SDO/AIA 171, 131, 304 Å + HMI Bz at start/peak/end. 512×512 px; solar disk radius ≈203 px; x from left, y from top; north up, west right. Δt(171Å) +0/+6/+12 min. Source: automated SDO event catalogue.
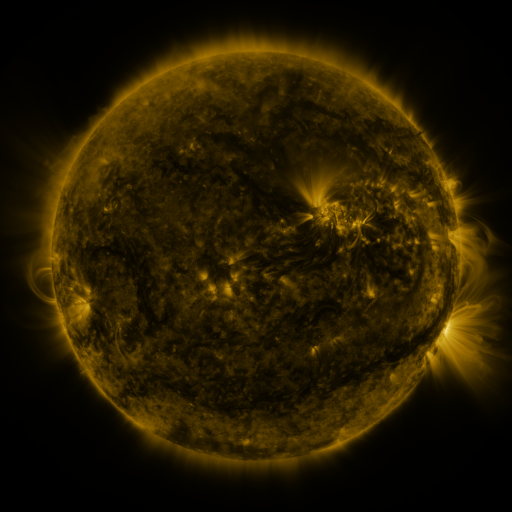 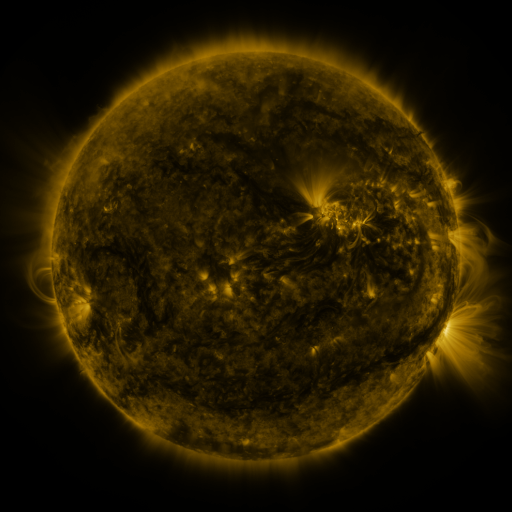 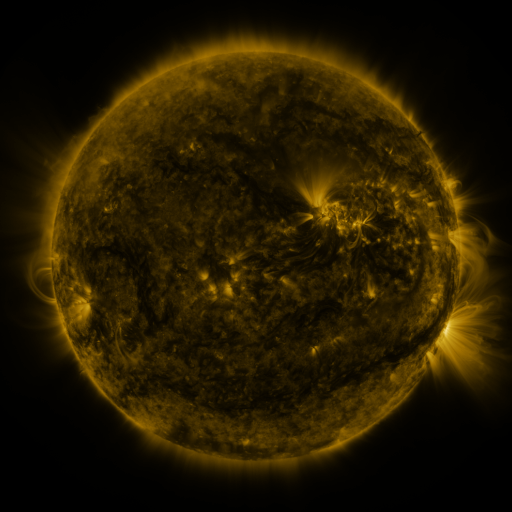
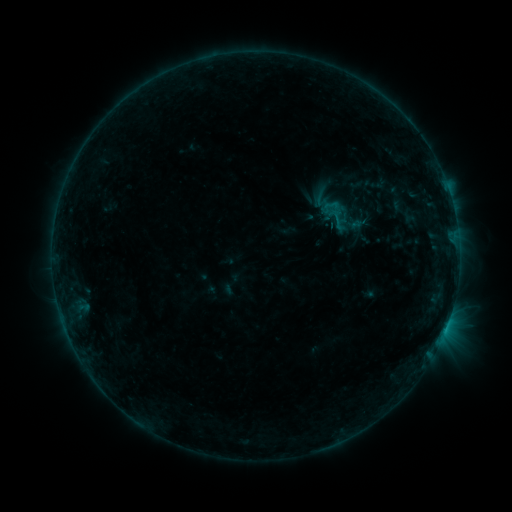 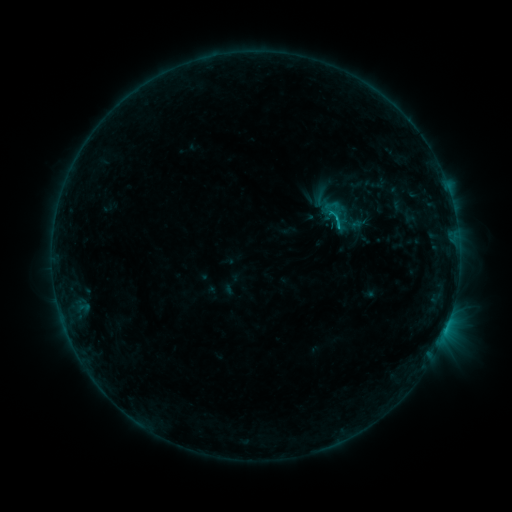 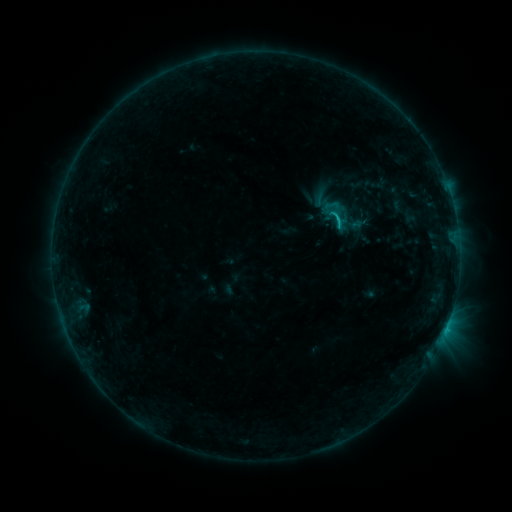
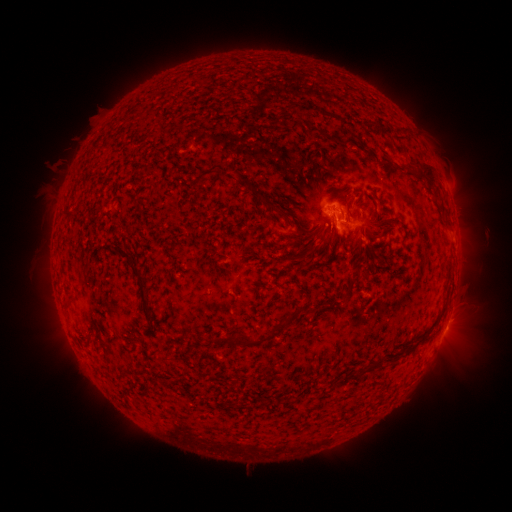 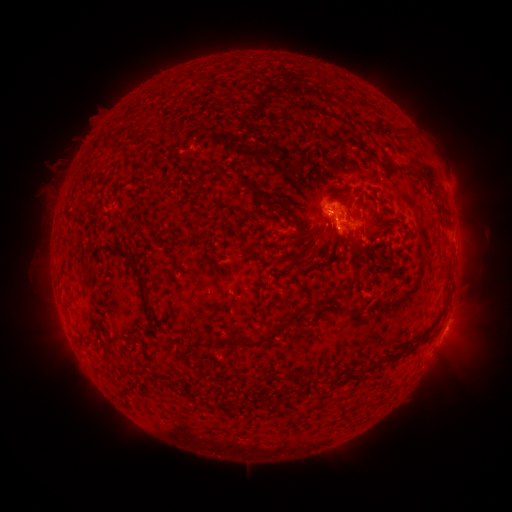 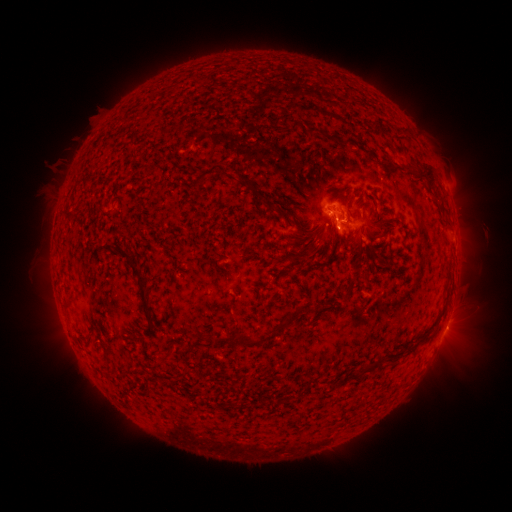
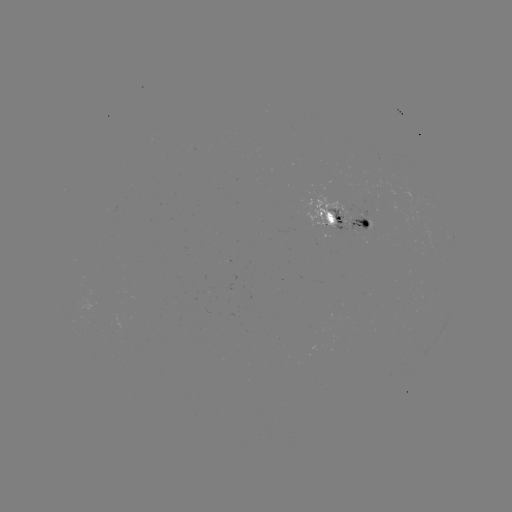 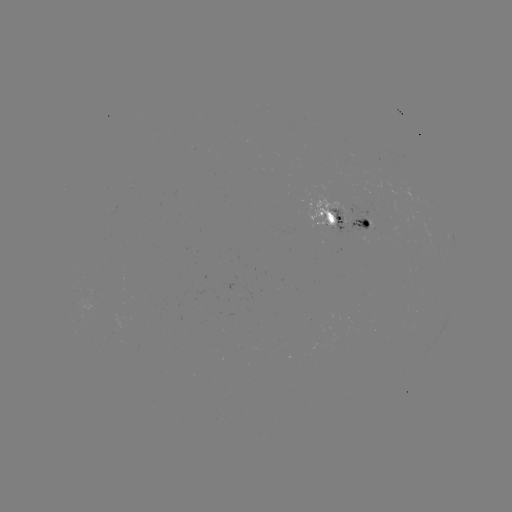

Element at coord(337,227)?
C1.1 flare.